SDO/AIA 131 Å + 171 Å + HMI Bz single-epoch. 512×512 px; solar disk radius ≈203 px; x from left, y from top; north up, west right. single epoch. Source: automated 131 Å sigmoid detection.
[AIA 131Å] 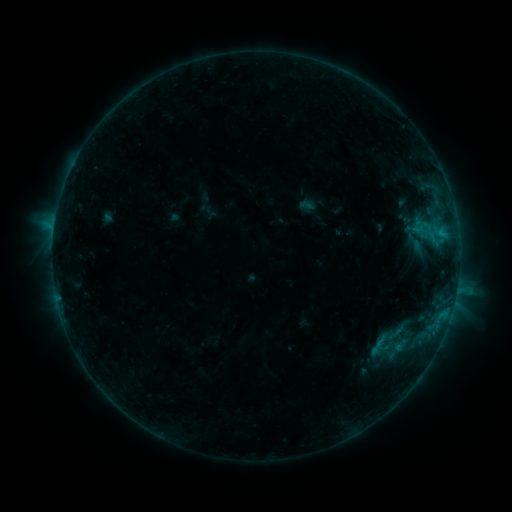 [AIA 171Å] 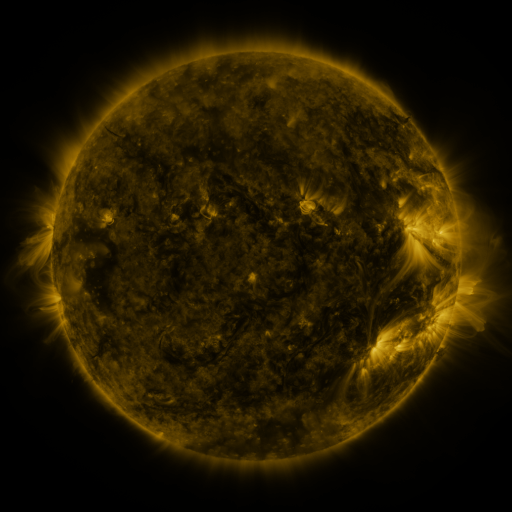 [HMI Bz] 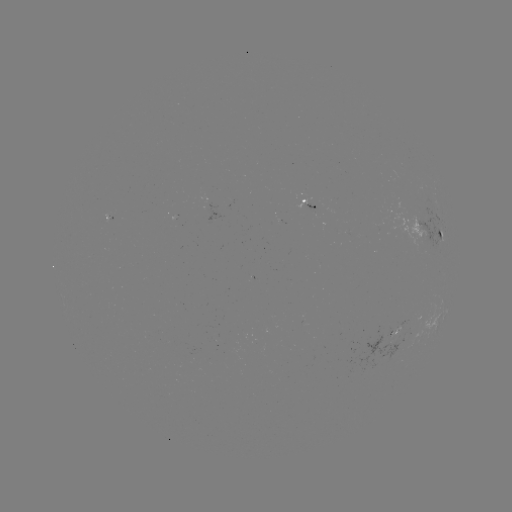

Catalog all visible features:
sigmoid: [402, 232, 427, 253]
sigmoid: [372, 321, 408, 357]
